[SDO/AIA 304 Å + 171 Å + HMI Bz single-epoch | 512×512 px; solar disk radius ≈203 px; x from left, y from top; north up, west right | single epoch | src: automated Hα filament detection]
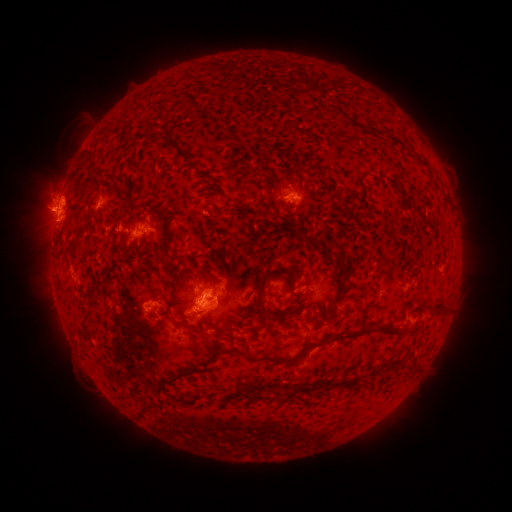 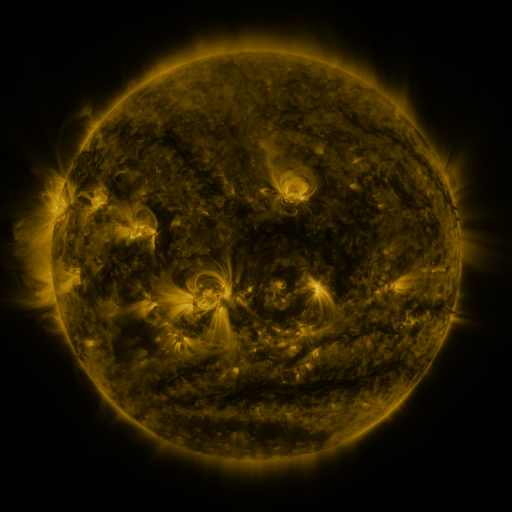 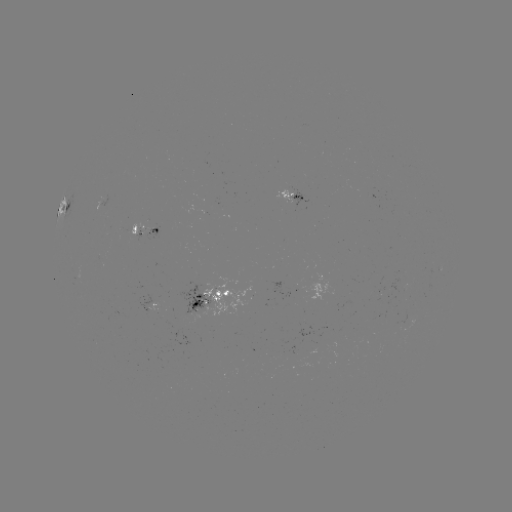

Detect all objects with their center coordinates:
filament: <bbox>84, 163, 94, 176</bbox>
filament: <bbox>314, 166, 324, 178</bbox>
filament: <bbox>409, 203, 431, 225</bbox>
filament: <bbox>157, 214, 171, 267</bbox>
filament: <bbox>63, 241, 82, 262</bbox>
filament: <bbox>330, 250, 348, 297</bbox>
filament: <bbox>249, 264, 276, 317</bbox>
filament: <bbox>273, 266, 296, 280</bbox>
filament: <bbox>429, 301, 448, 313</bbox>
filament: <bbox>328, 304, 336, 315</bbox>
filament: <bbox>192, 311, 203, 316</bbox>
filament: <bbox>181, 314, 211, 340</bbox>
filament: <bbox>368, 319, 412, 335</bbox>
filament: <bbox>234, 328, 366, 366</bbox>
filament: <bbox>219, 329, 230, 337</bbox>
filament: <bbox>162, 356, 215, 385</bbox>
filament: <bbox>122, 391, 136, 400</bbox>
filament: <bbox>139, 408, 148, 418</bbox>
